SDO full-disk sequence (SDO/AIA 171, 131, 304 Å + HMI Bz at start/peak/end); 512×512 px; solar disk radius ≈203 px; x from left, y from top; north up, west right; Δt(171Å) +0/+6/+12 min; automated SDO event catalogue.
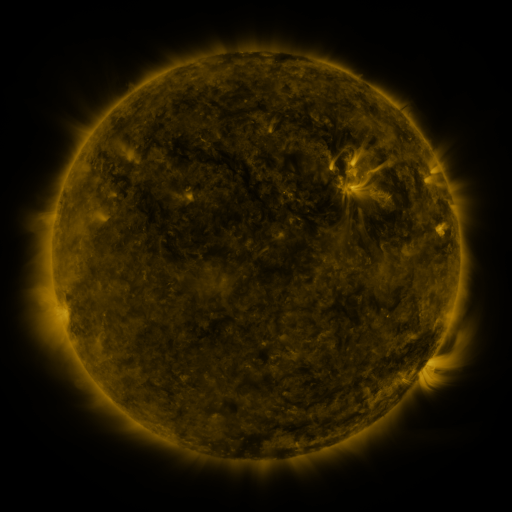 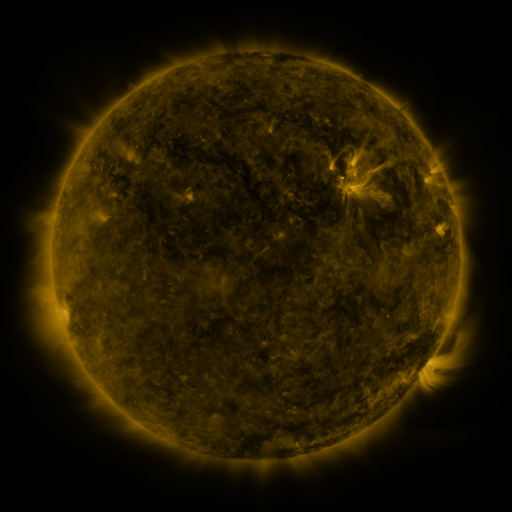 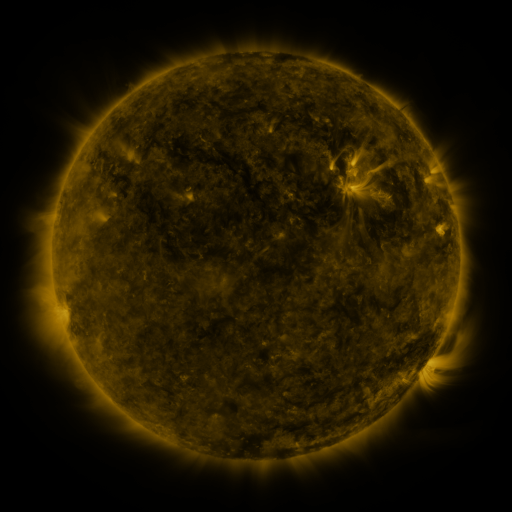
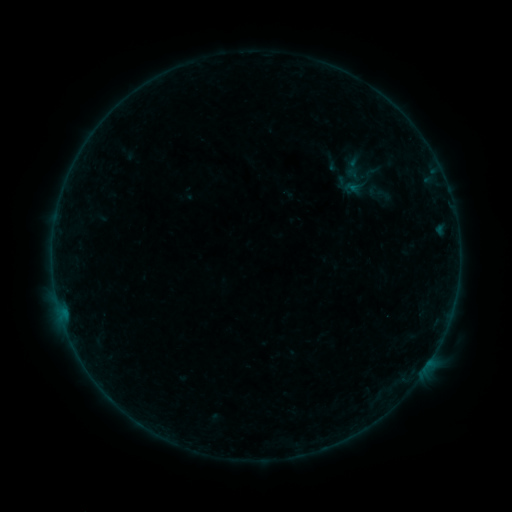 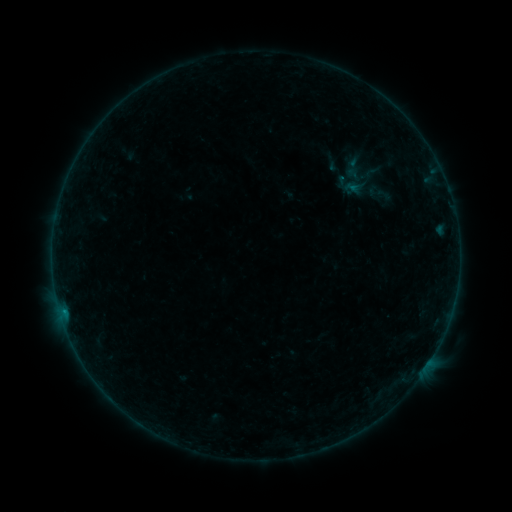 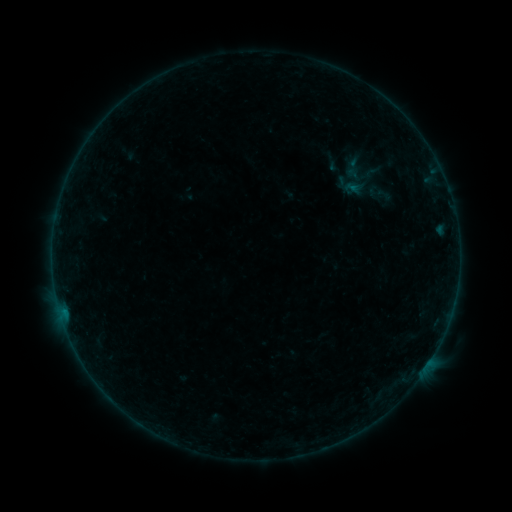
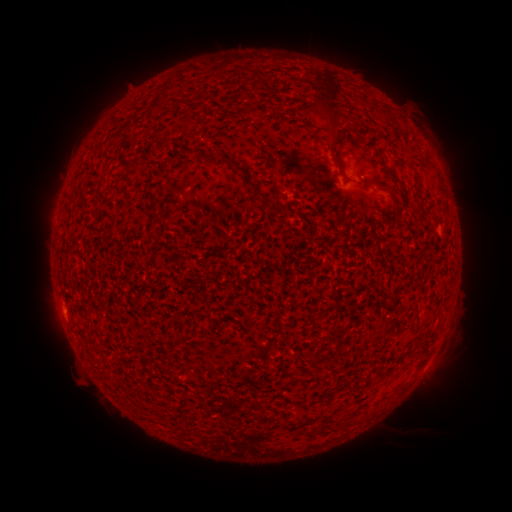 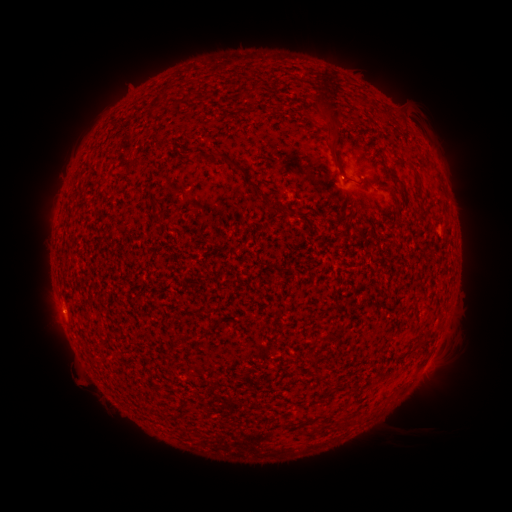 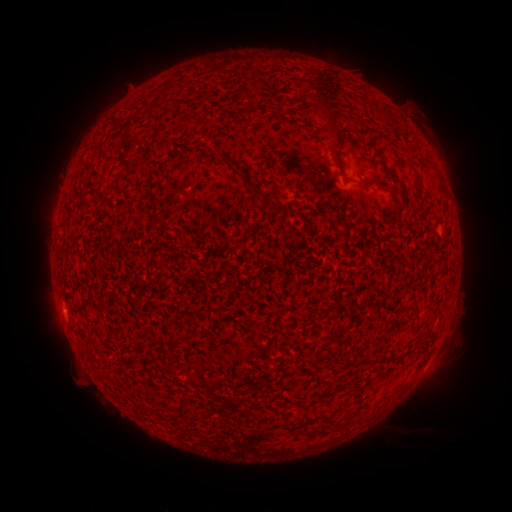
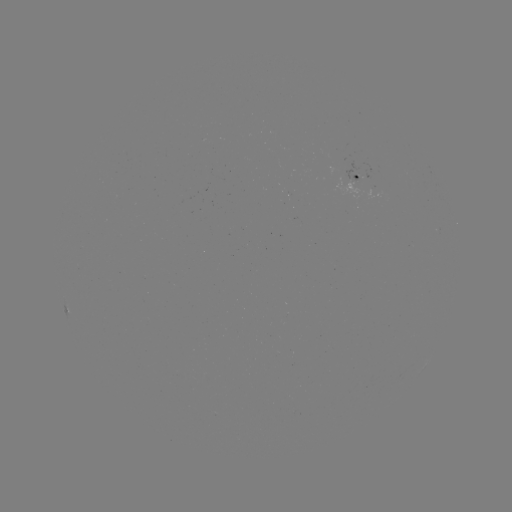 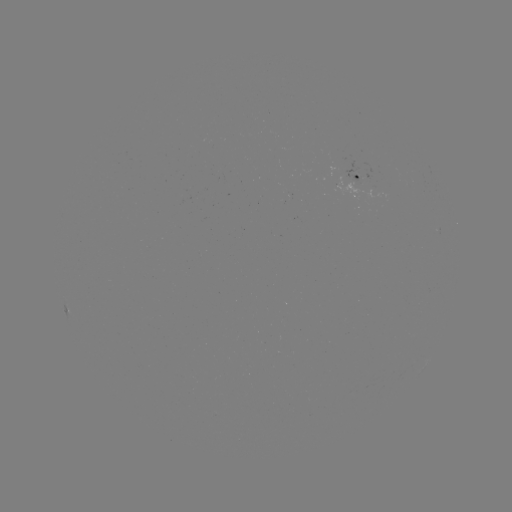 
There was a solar flare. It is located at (341, 181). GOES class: B1.1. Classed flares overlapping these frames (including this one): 1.